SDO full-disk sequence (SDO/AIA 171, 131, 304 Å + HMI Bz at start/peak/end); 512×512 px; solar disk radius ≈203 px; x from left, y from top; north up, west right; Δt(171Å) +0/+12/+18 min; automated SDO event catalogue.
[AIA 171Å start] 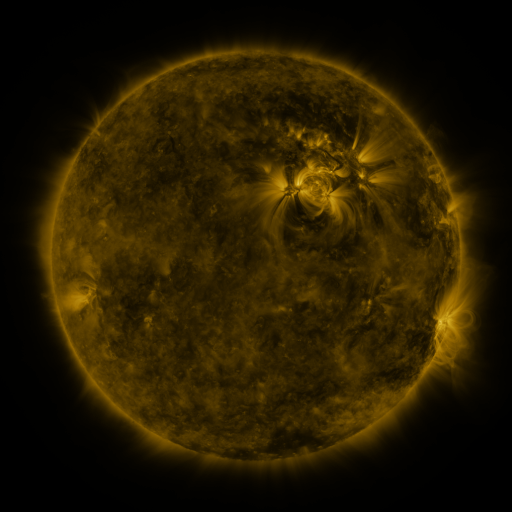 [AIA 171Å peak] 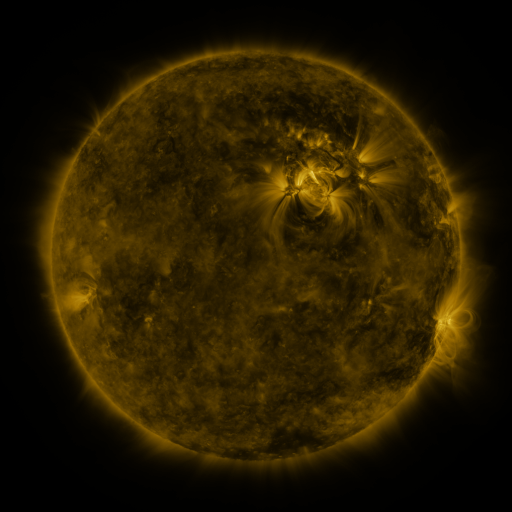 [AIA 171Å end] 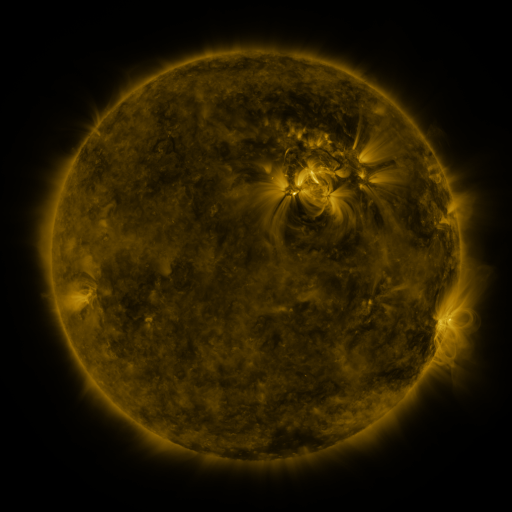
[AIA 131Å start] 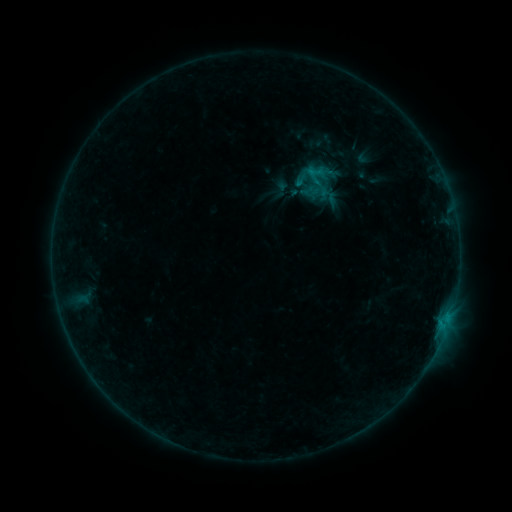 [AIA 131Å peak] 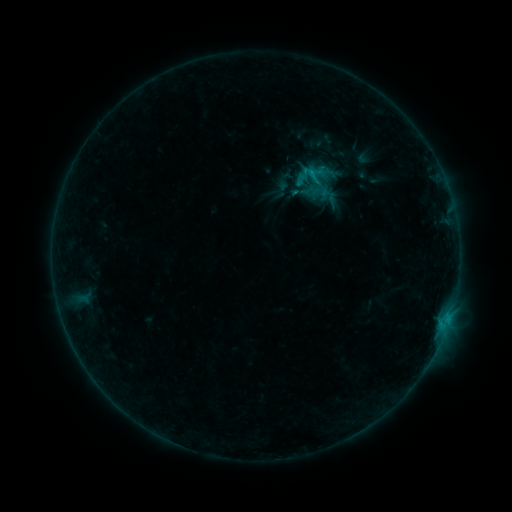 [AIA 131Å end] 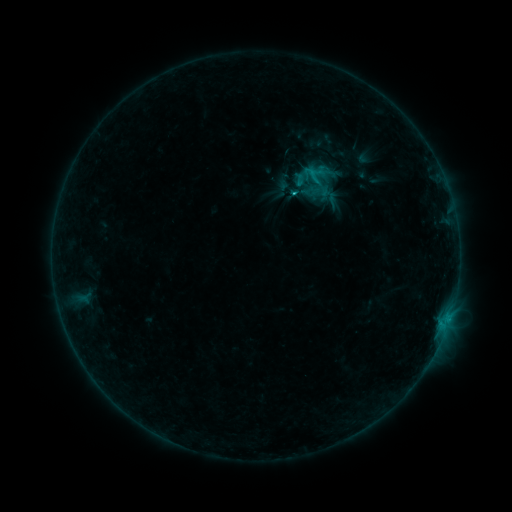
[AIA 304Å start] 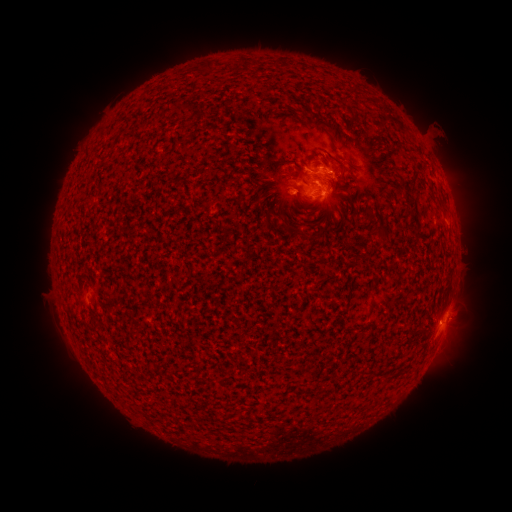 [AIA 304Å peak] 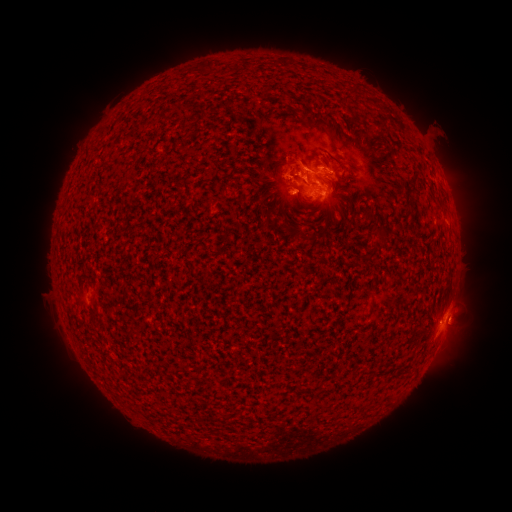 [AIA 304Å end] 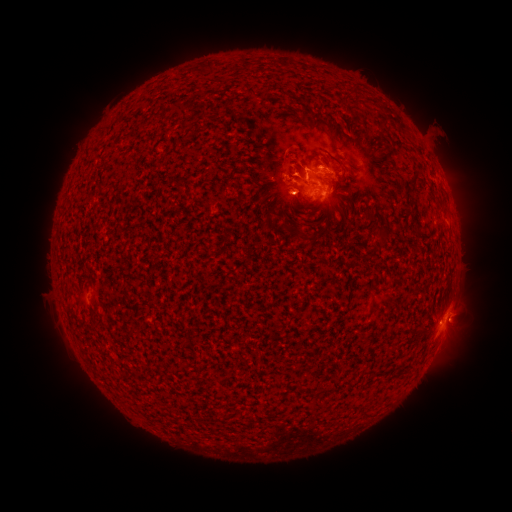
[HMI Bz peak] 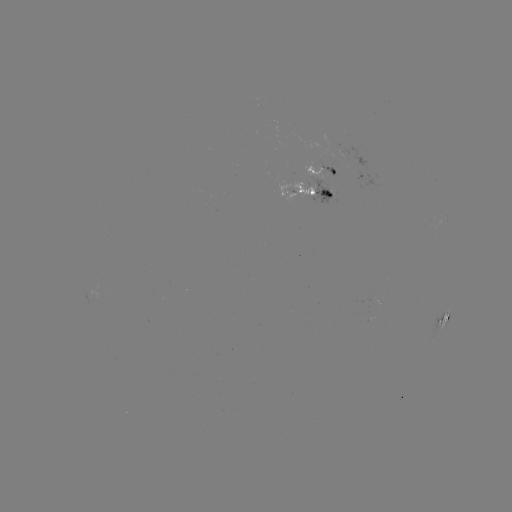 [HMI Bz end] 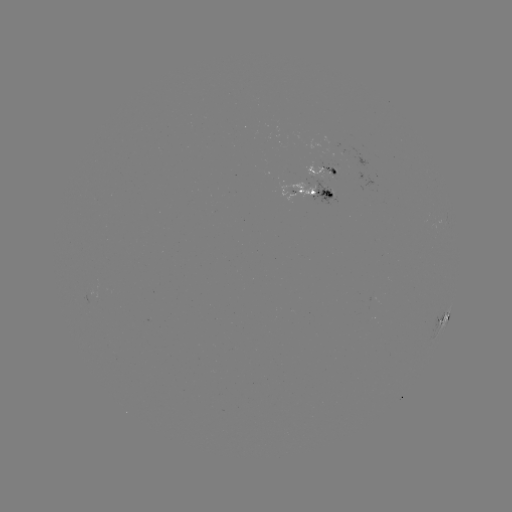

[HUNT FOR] eruption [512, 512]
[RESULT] [286, 163]